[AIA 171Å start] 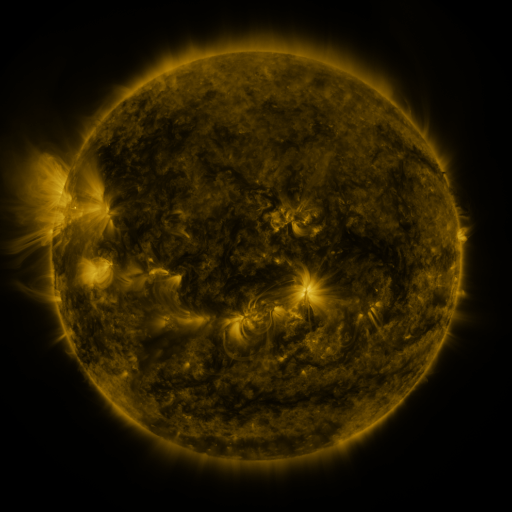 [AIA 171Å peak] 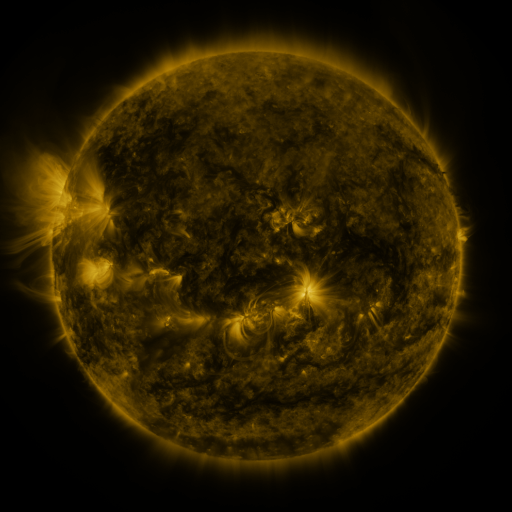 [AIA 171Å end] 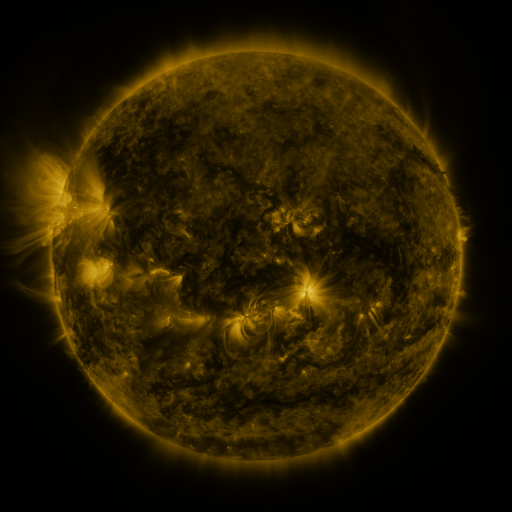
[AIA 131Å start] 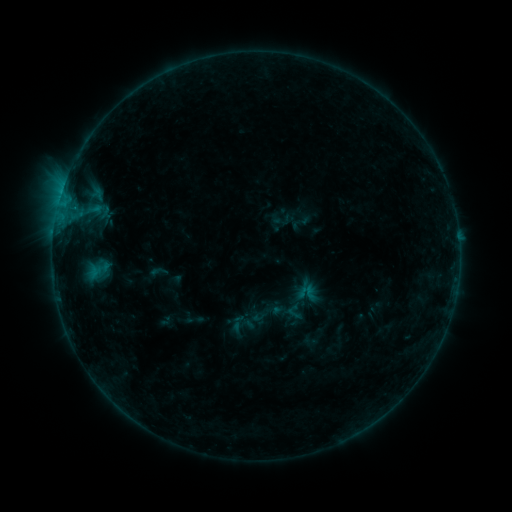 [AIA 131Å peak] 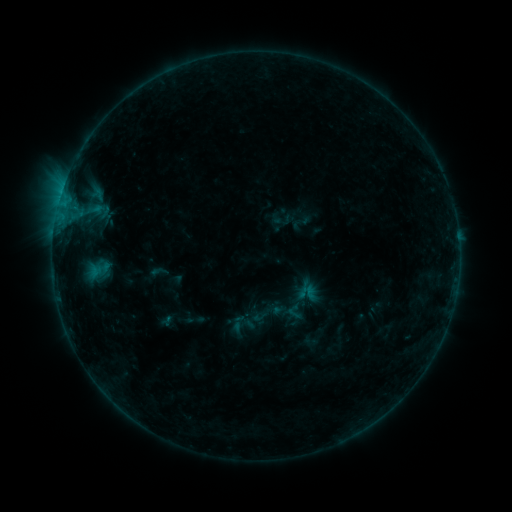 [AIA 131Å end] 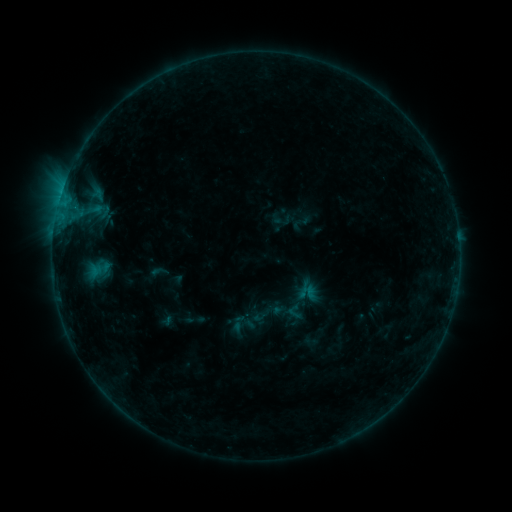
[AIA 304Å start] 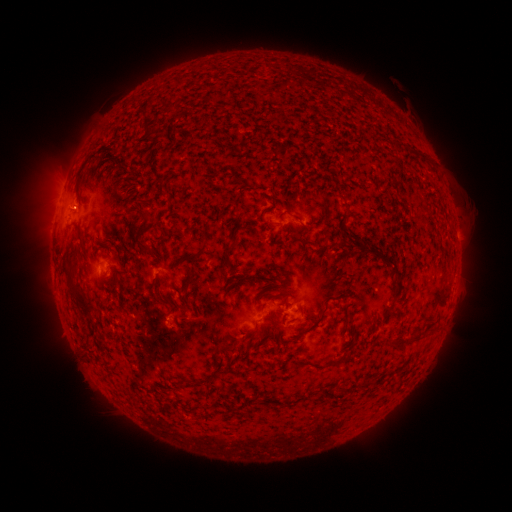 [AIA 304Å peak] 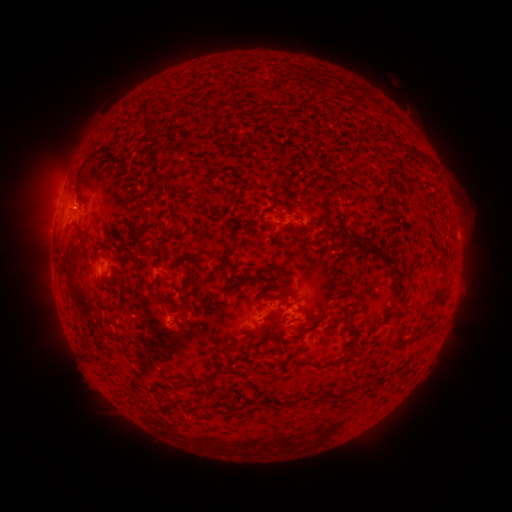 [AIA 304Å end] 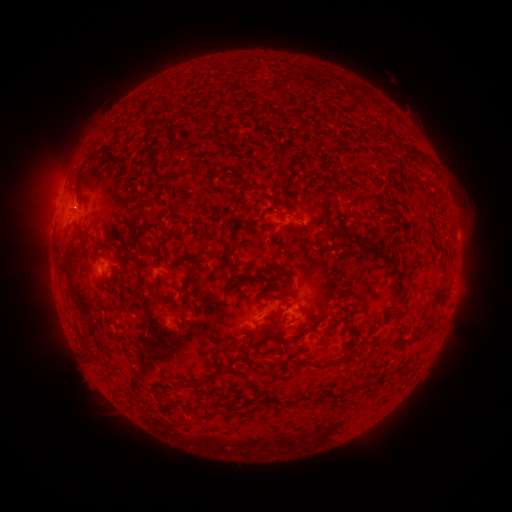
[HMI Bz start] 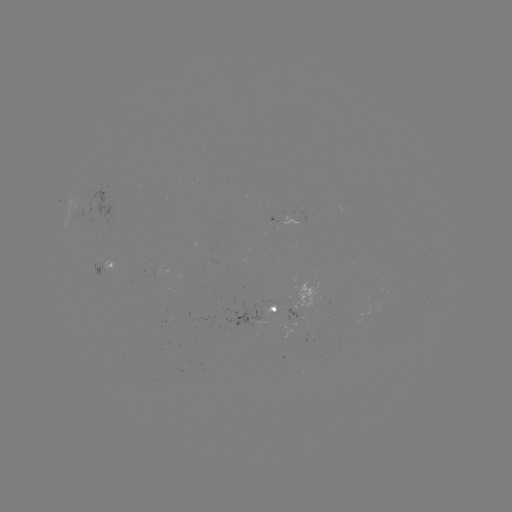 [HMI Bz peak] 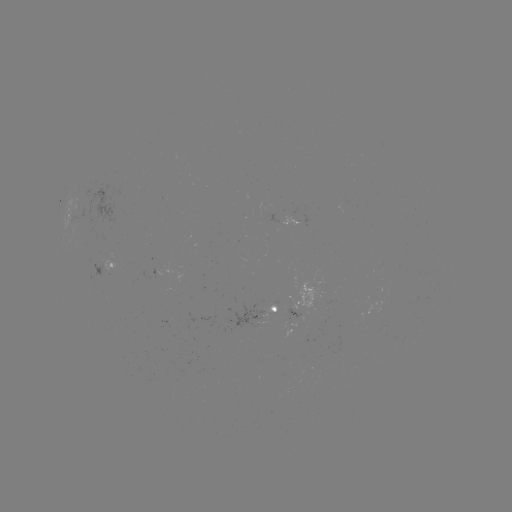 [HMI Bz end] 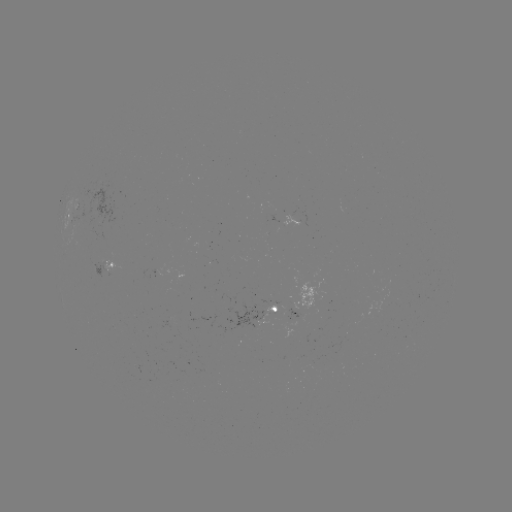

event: eruption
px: (160, 319)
